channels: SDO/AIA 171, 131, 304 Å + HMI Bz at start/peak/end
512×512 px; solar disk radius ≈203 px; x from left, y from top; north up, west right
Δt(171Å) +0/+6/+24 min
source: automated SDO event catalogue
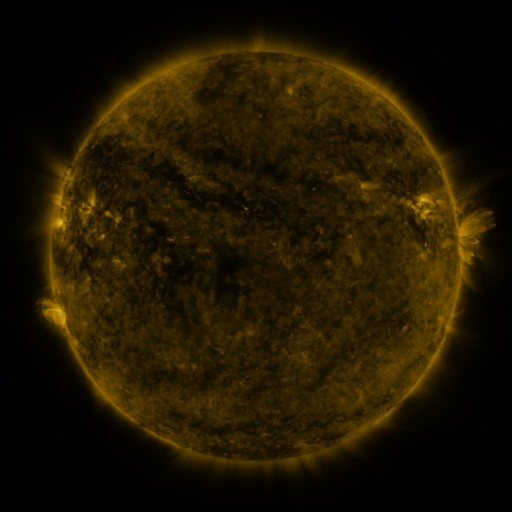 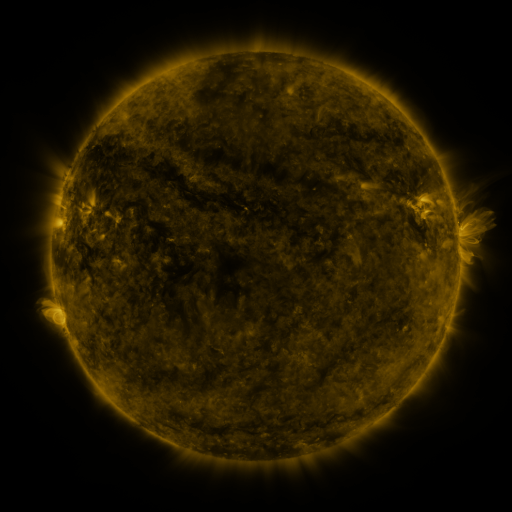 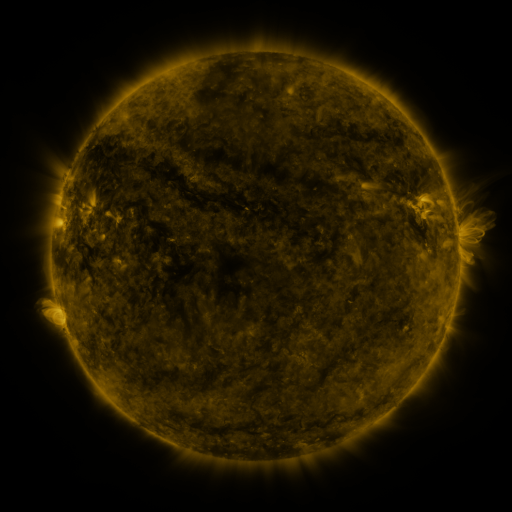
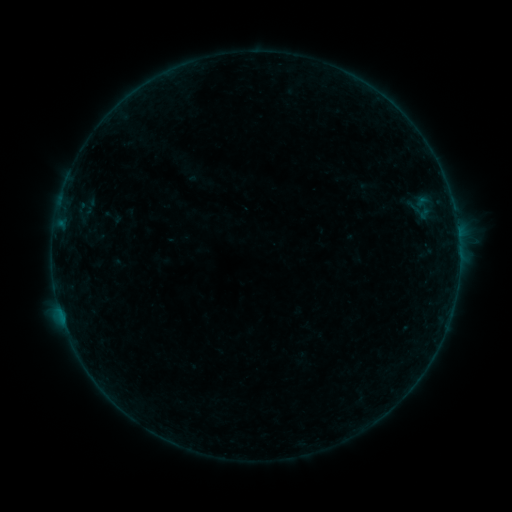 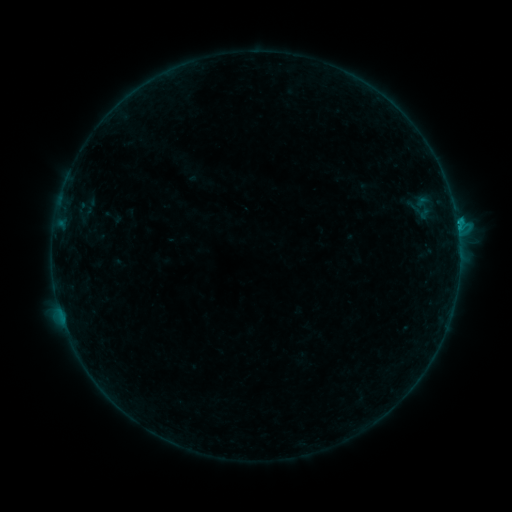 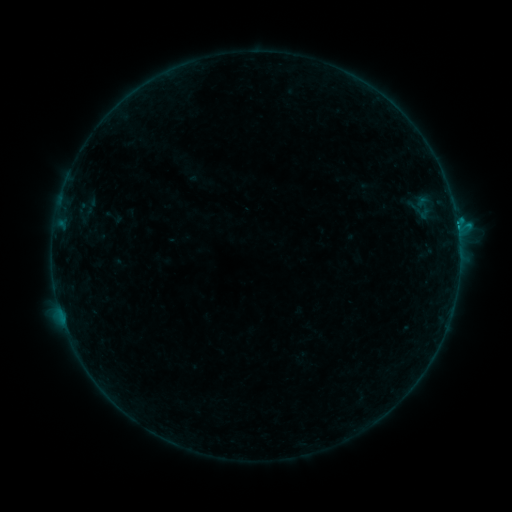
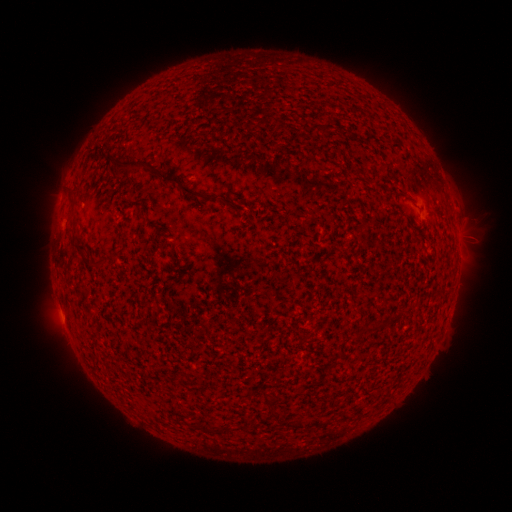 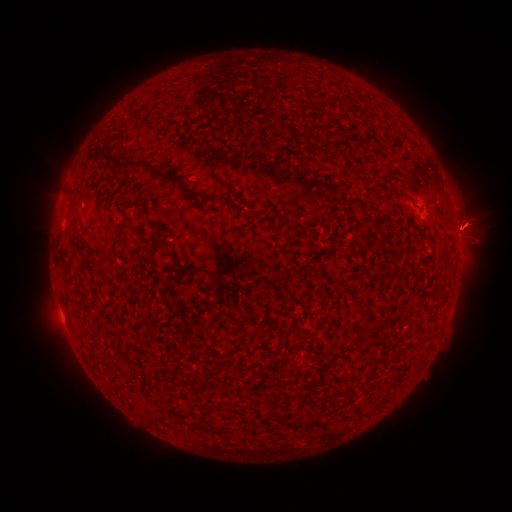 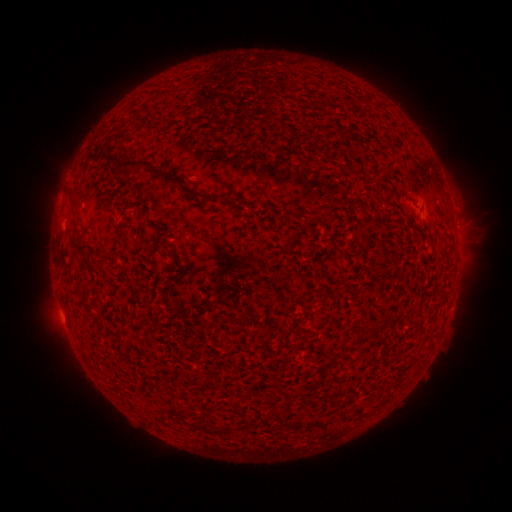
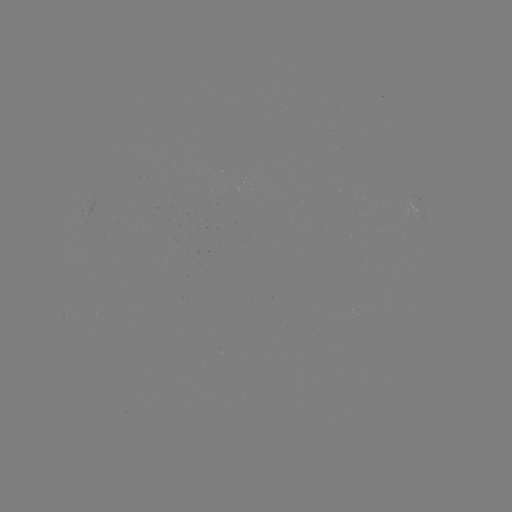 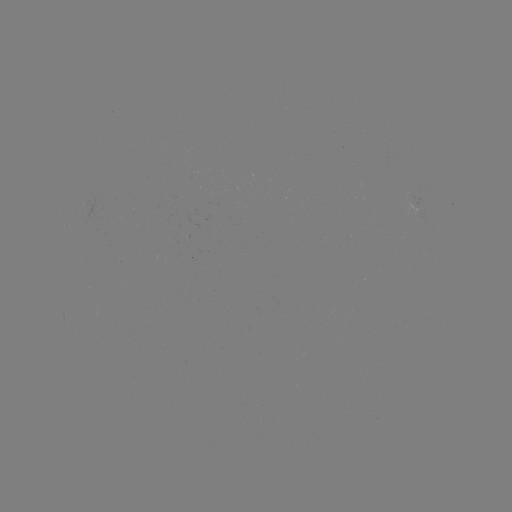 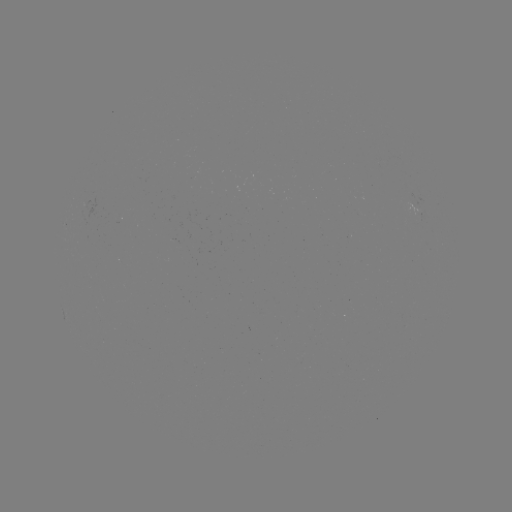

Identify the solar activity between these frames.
C1.8 flare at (456, 224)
